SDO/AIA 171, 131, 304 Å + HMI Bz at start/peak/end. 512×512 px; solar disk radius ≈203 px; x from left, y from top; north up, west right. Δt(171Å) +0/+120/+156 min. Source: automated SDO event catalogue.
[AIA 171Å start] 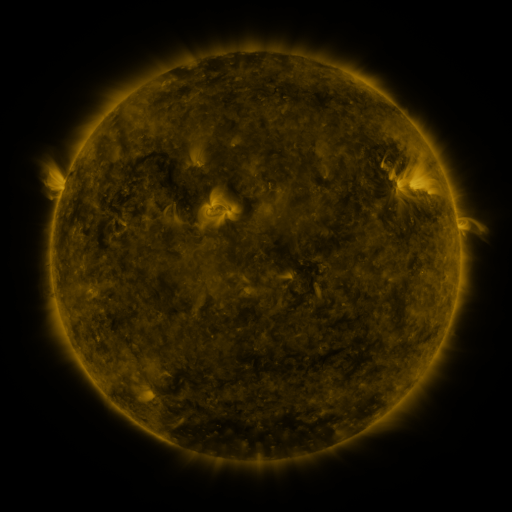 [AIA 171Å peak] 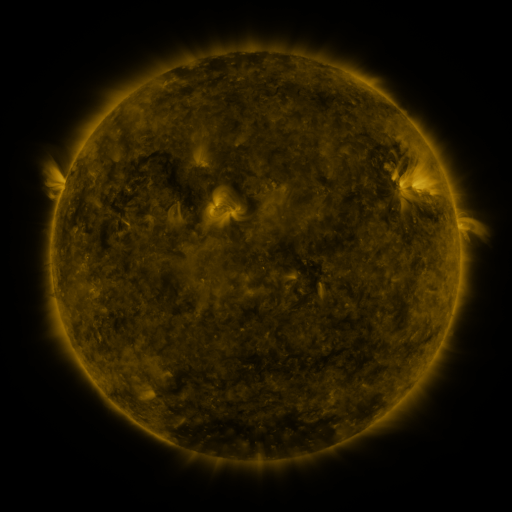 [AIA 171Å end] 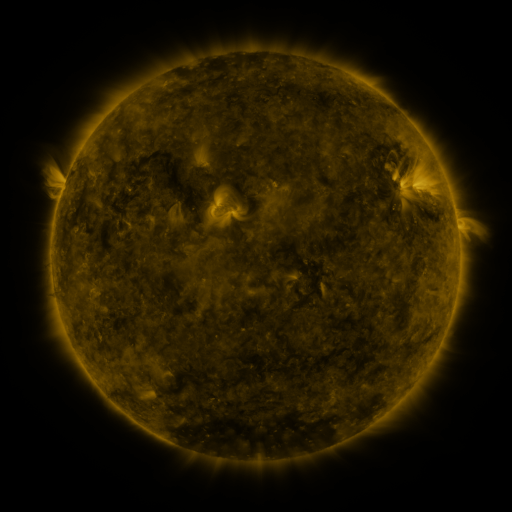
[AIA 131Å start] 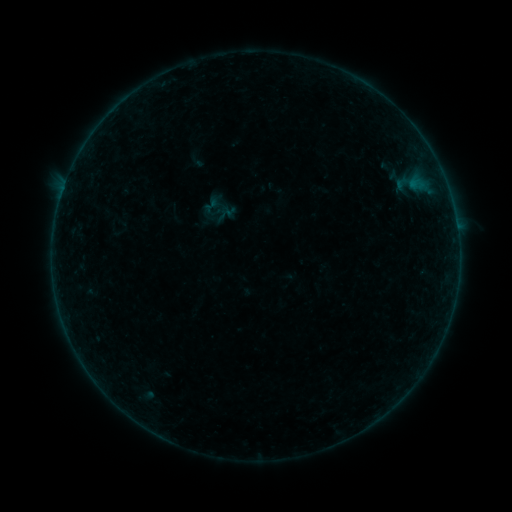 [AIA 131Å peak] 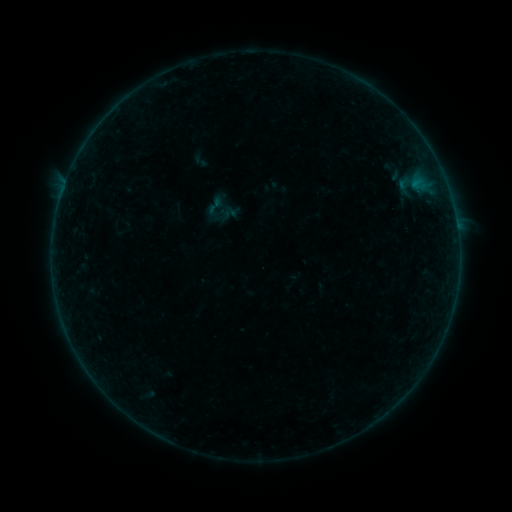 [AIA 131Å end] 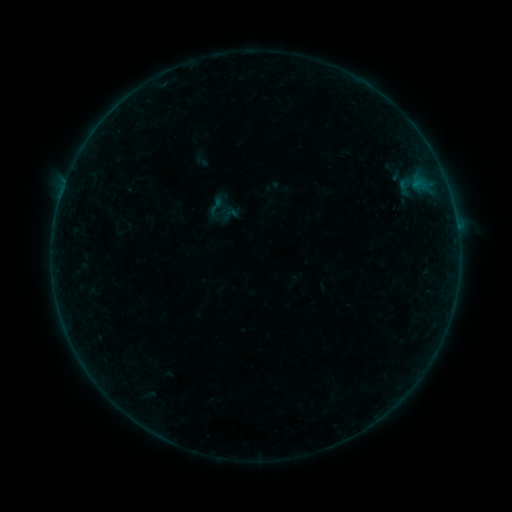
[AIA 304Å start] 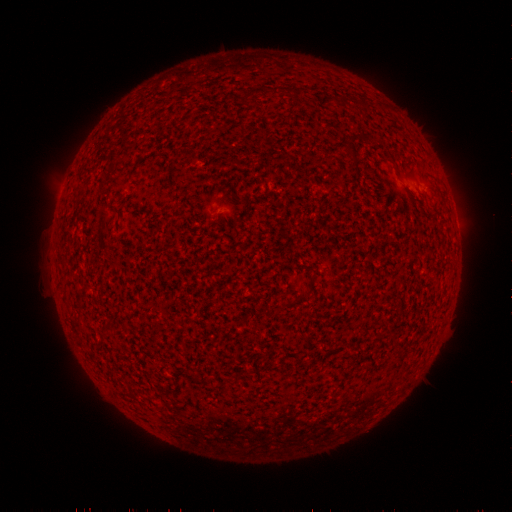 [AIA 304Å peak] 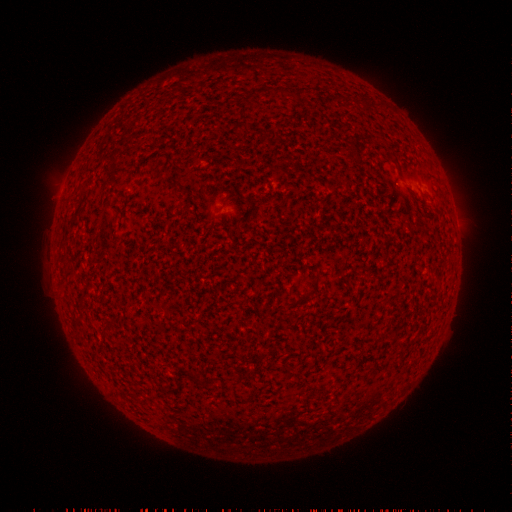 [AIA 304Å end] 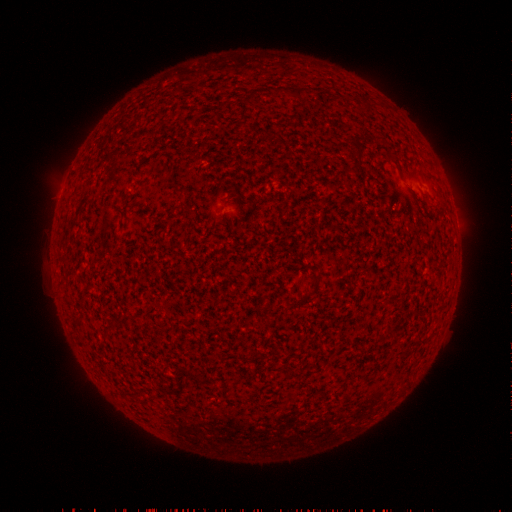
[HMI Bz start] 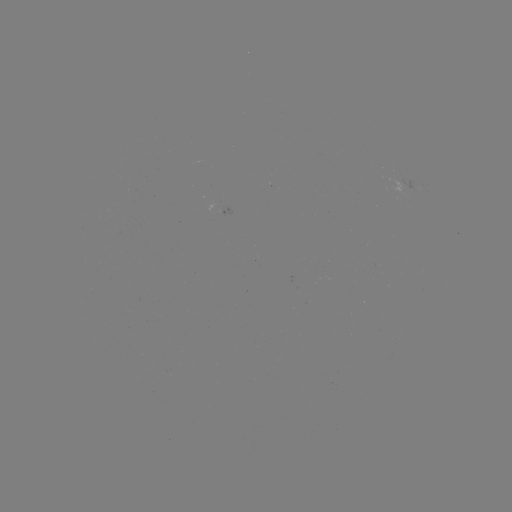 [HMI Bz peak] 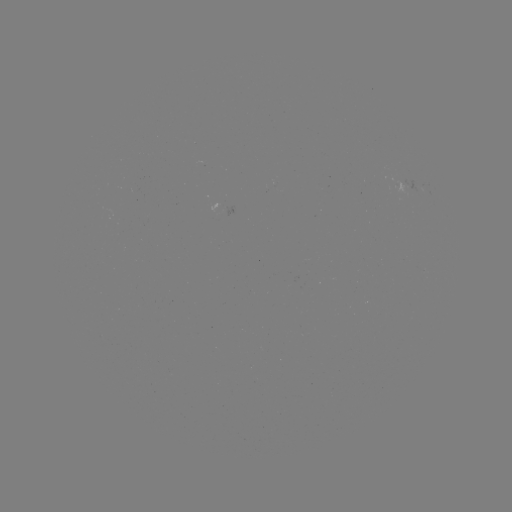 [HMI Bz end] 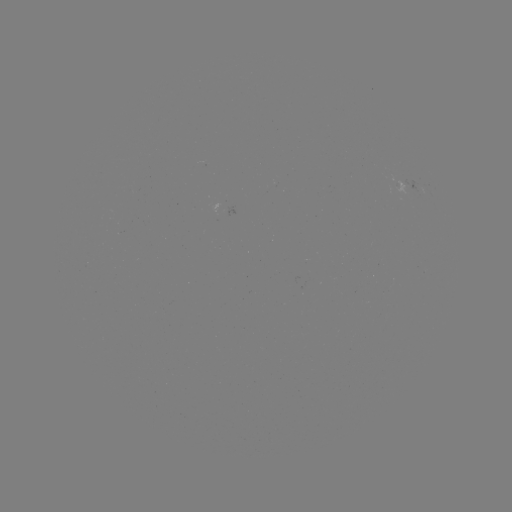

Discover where emerging-flux region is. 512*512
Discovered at [394, 182].